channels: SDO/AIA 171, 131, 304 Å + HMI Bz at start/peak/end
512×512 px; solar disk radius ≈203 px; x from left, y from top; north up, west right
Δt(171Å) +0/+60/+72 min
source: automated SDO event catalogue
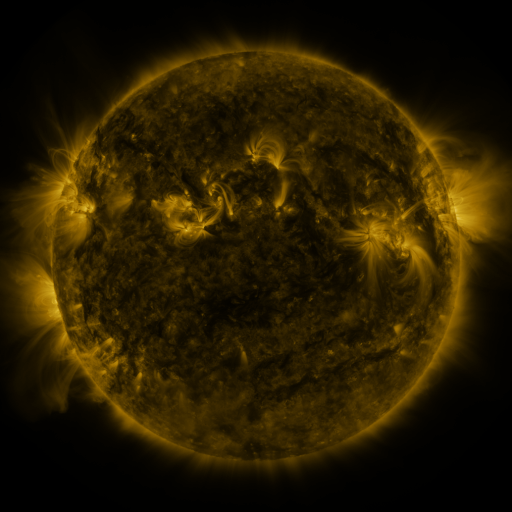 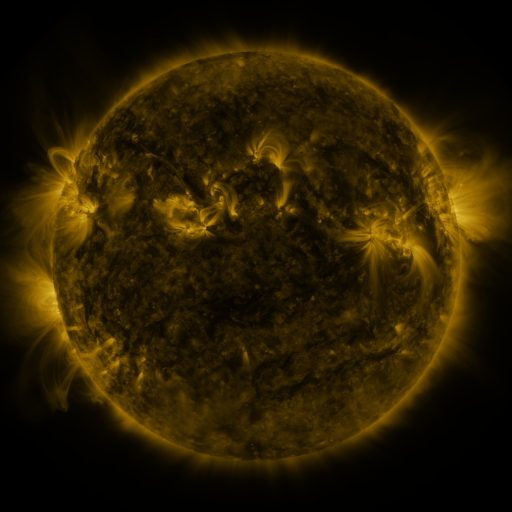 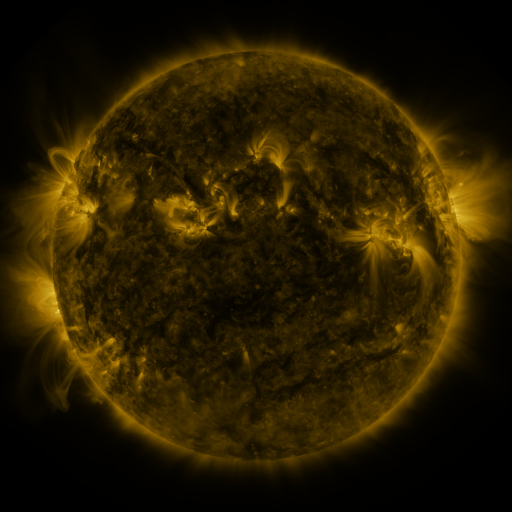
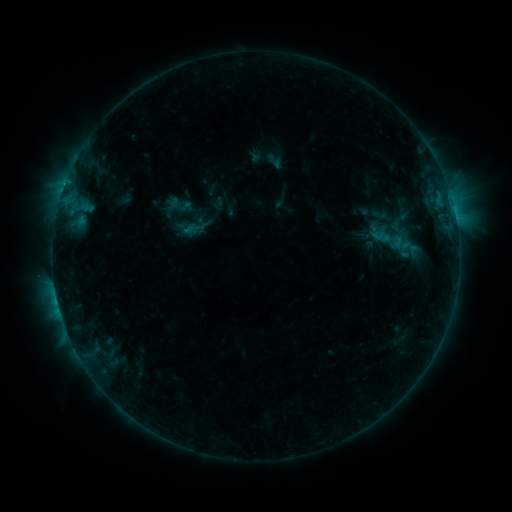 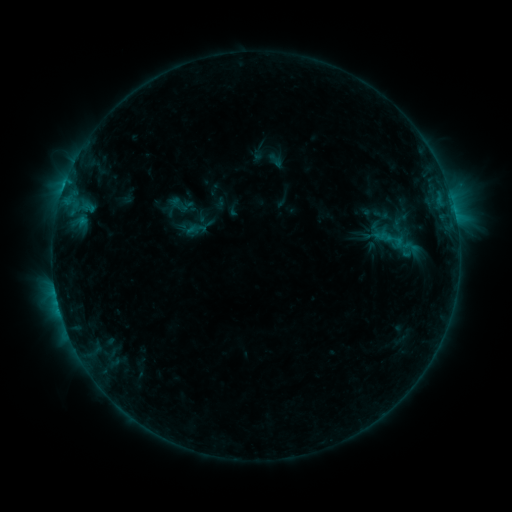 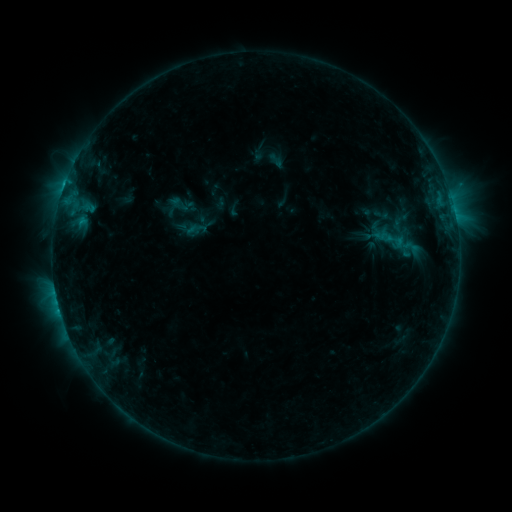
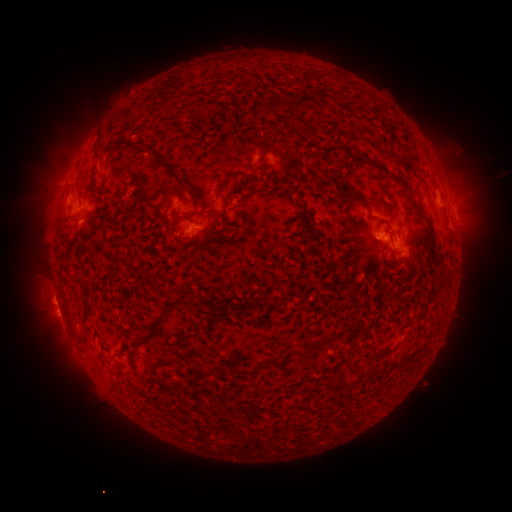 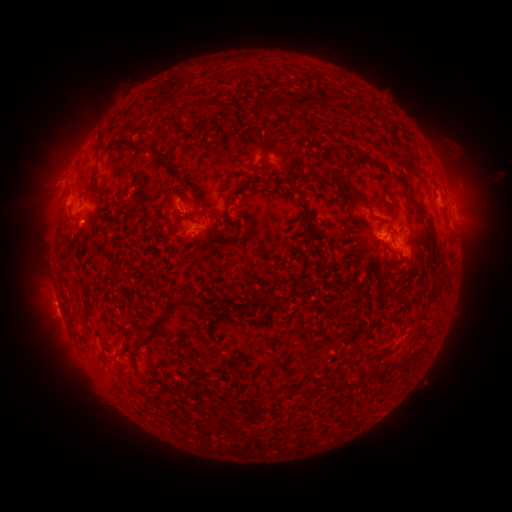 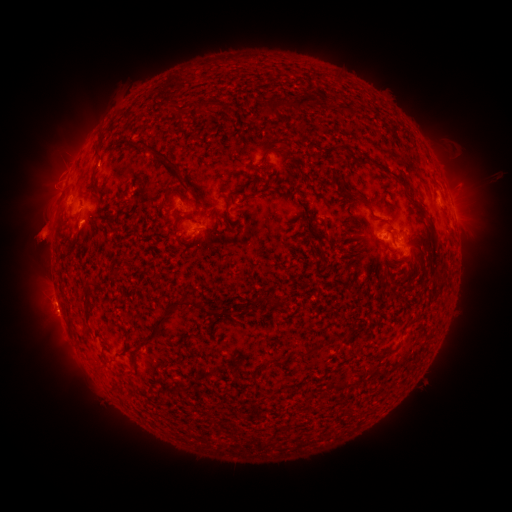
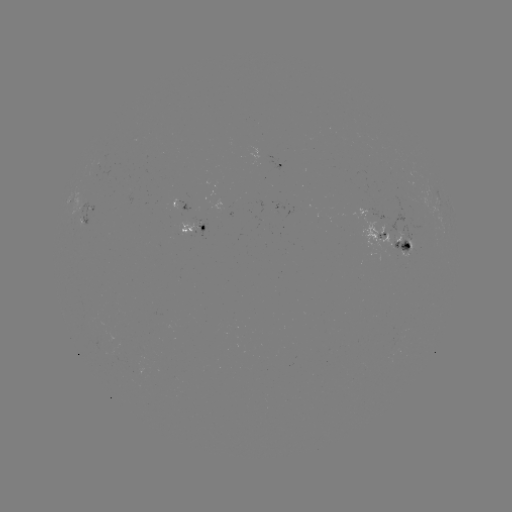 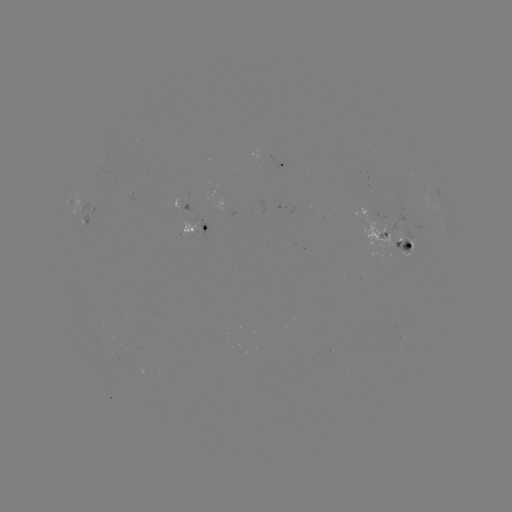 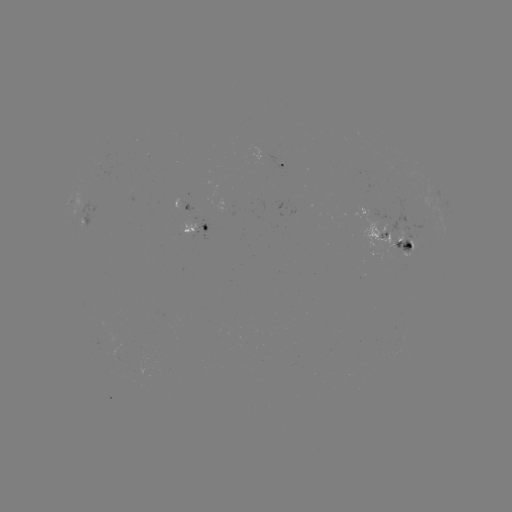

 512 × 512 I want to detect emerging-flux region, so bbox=[81, 201, 95, 228].